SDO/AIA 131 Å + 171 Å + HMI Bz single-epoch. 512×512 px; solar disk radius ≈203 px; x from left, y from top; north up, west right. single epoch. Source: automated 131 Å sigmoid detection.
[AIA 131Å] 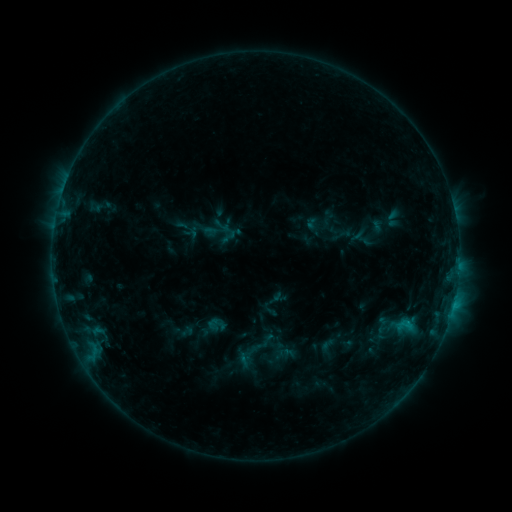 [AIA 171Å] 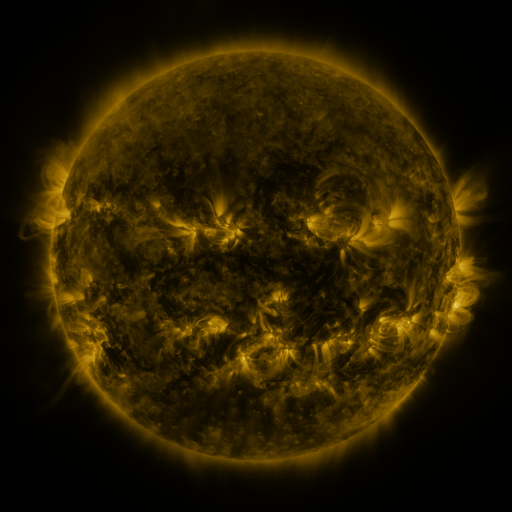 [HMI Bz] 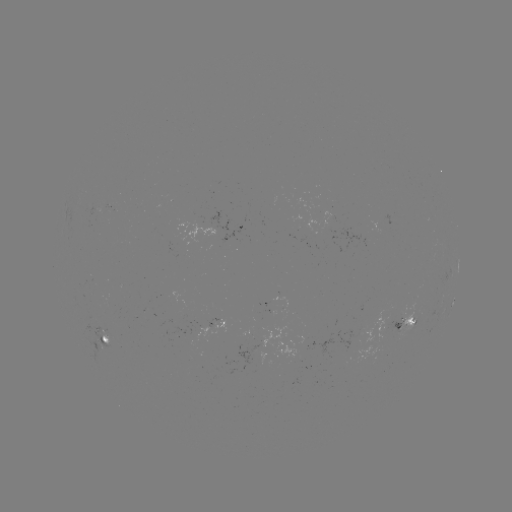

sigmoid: [260, 331, 277, 348]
